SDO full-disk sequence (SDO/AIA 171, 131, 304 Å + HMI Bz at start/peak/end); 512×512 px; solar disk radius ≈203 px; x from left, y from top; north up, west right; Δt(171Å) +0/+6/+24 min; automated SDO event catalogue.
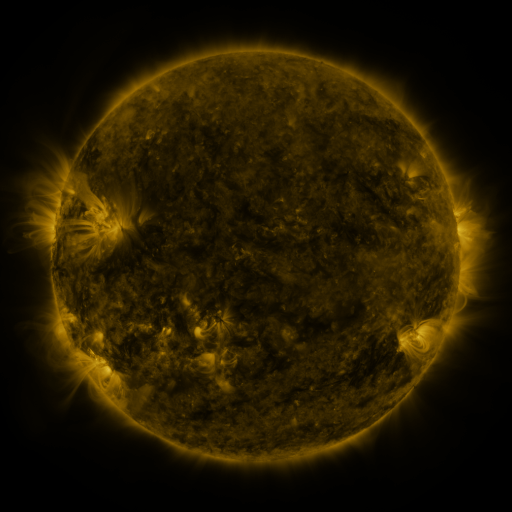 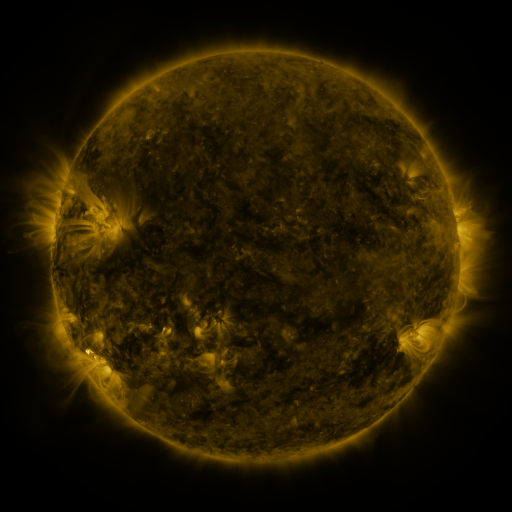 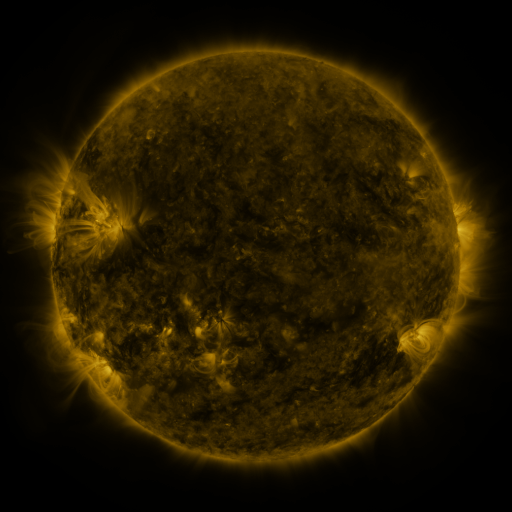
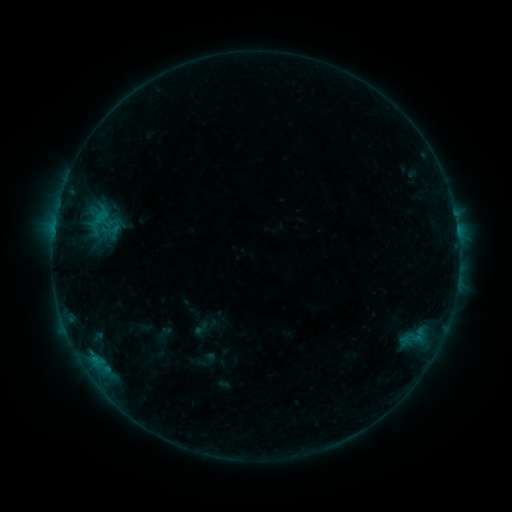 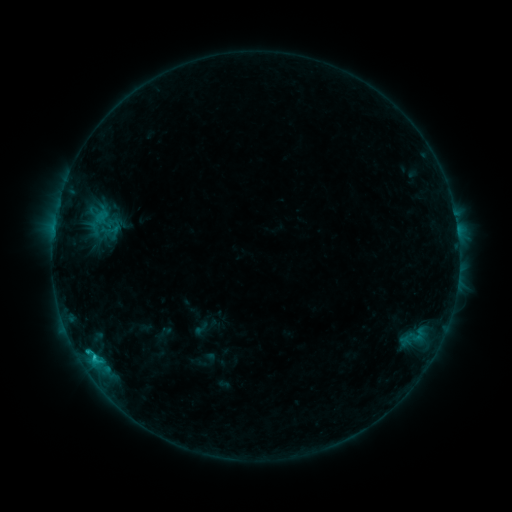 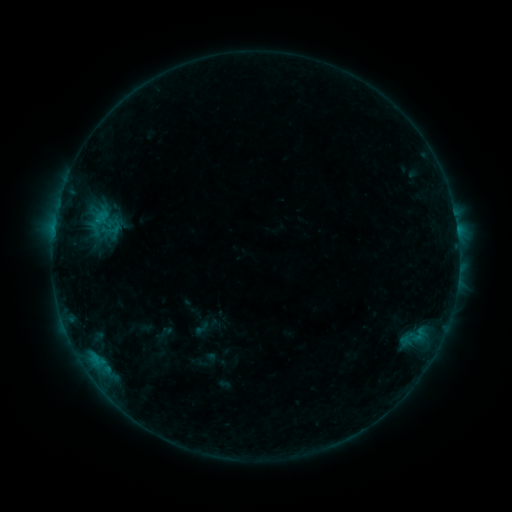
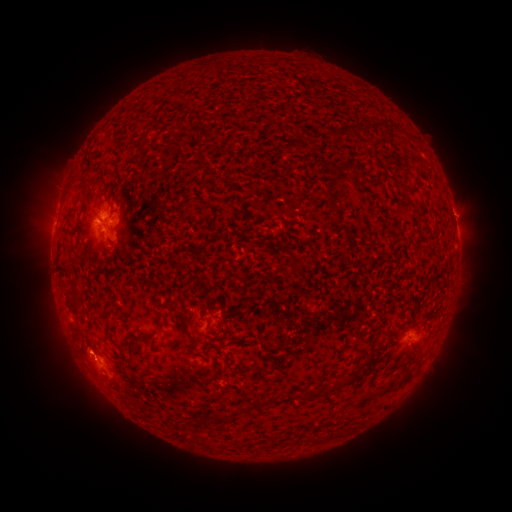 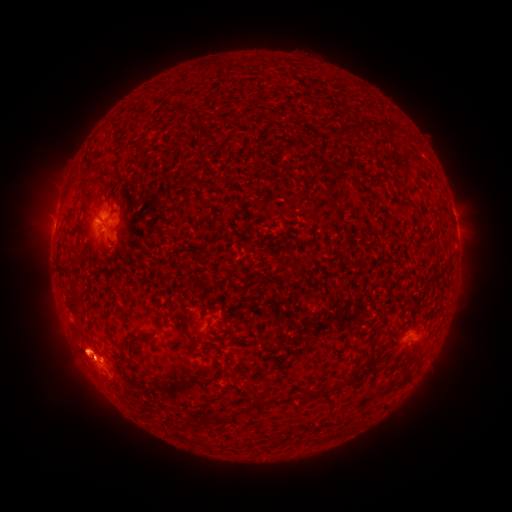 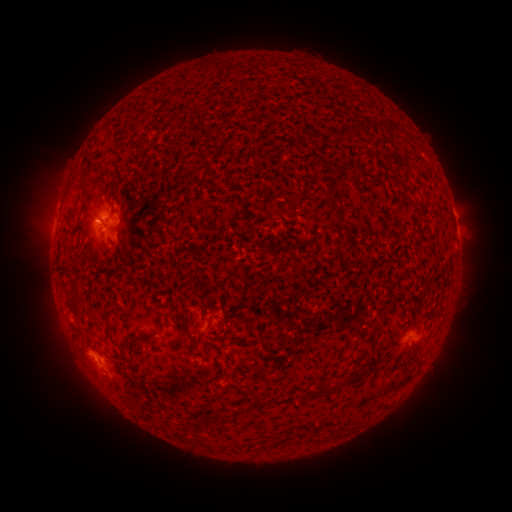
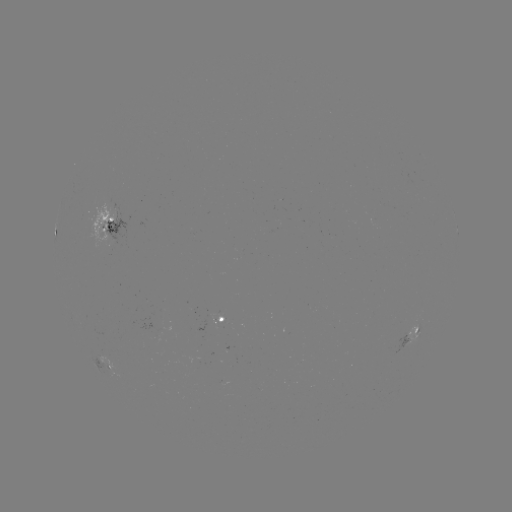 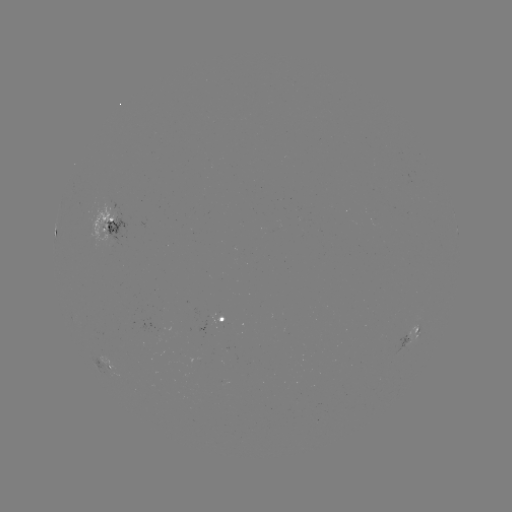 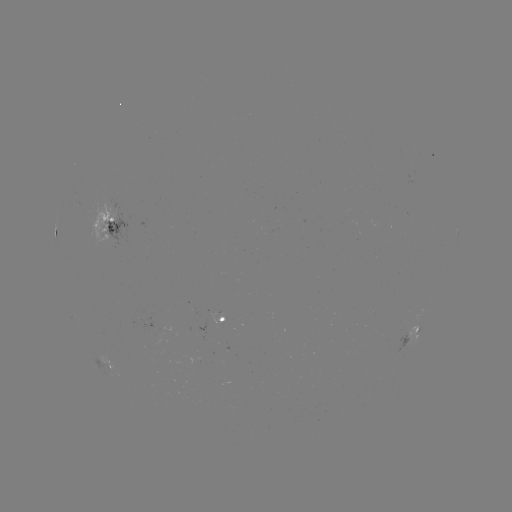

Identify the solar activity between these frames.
C1.0 flare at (94, 356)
